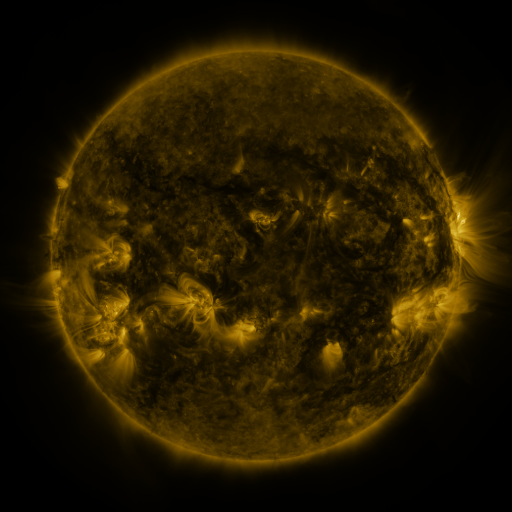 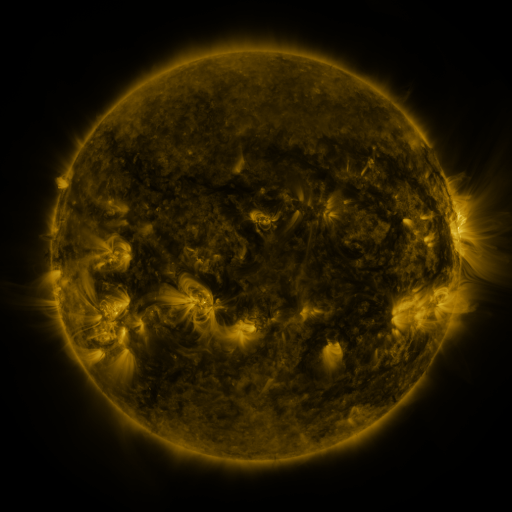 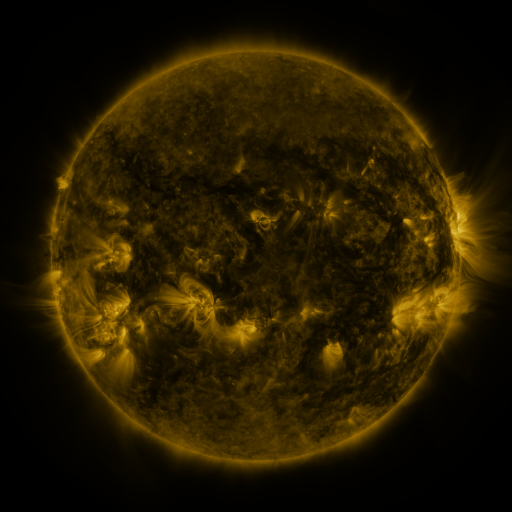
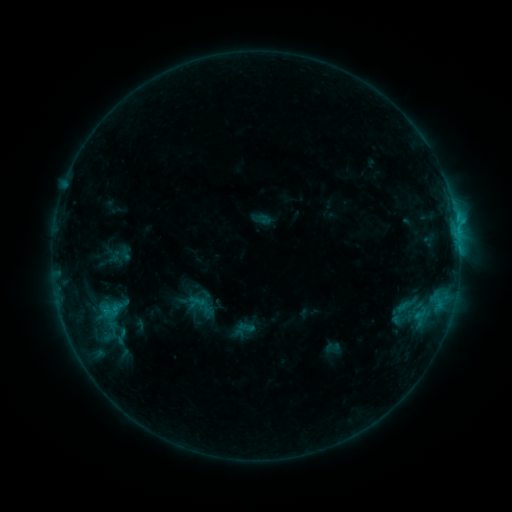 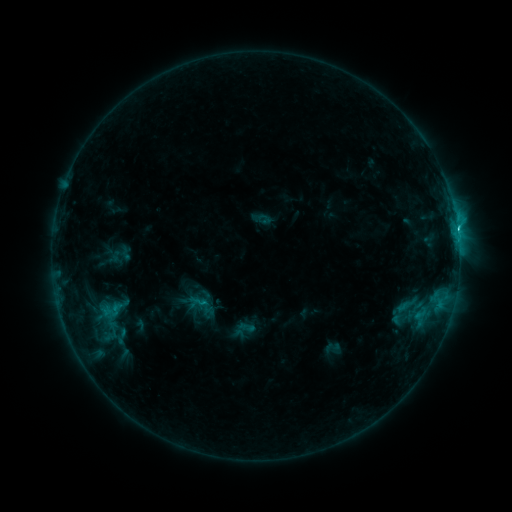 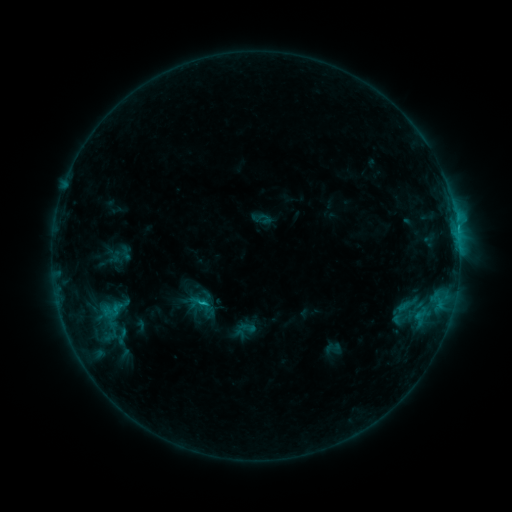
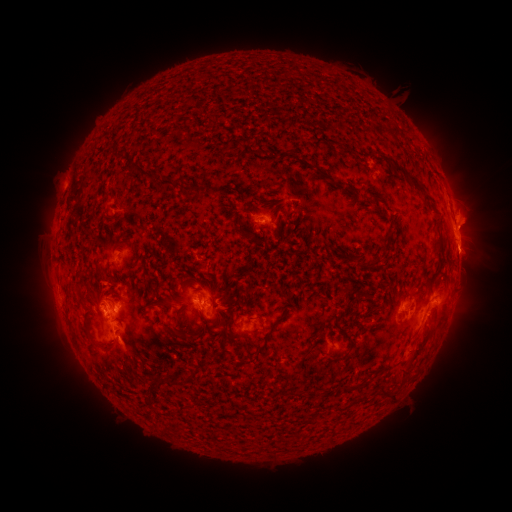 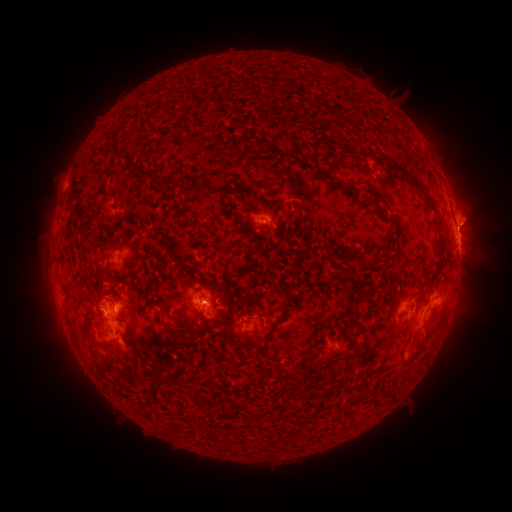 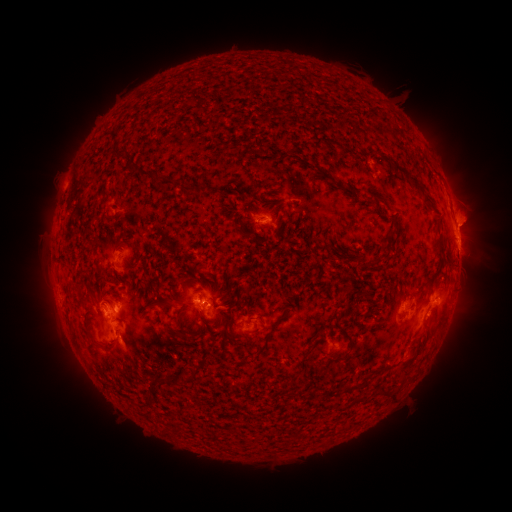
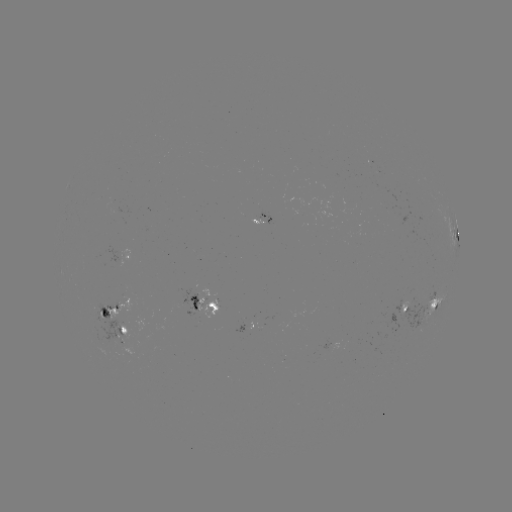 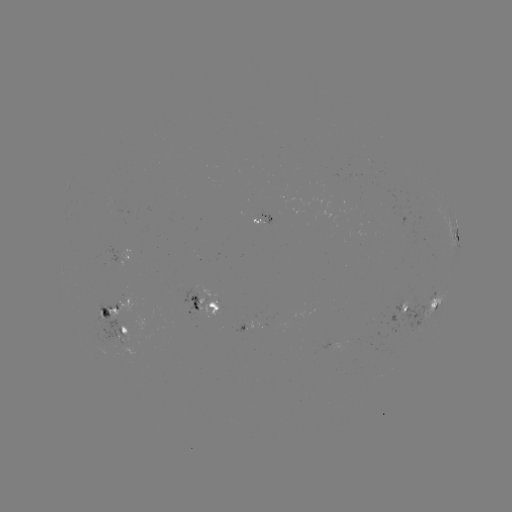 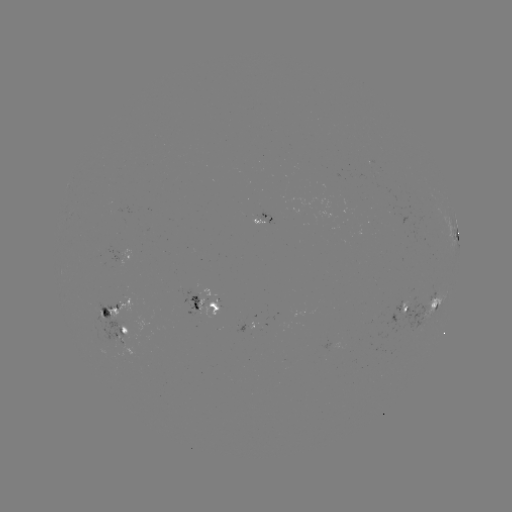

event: flare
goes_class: C2.0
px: (457, 231)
